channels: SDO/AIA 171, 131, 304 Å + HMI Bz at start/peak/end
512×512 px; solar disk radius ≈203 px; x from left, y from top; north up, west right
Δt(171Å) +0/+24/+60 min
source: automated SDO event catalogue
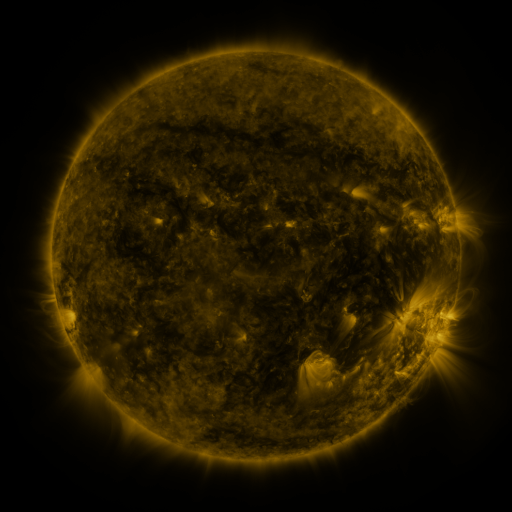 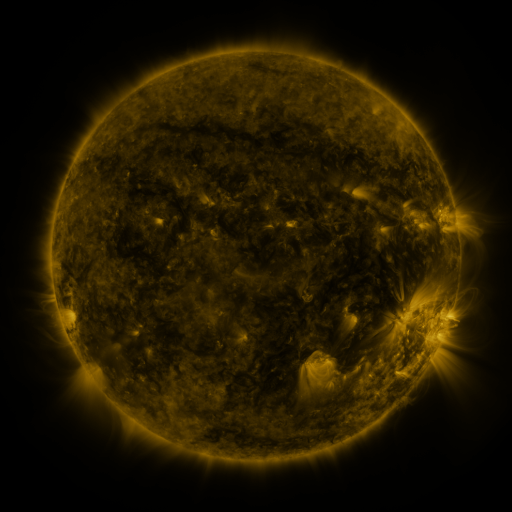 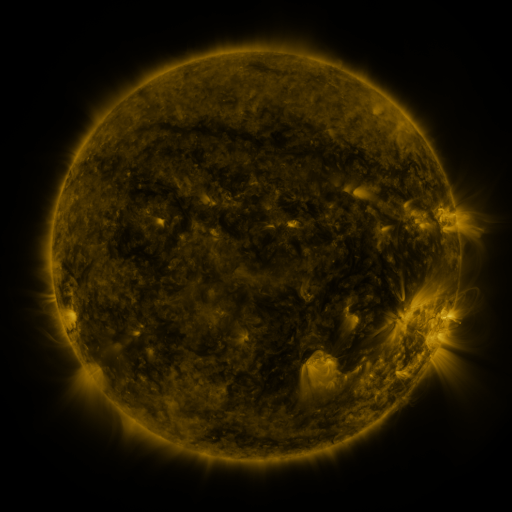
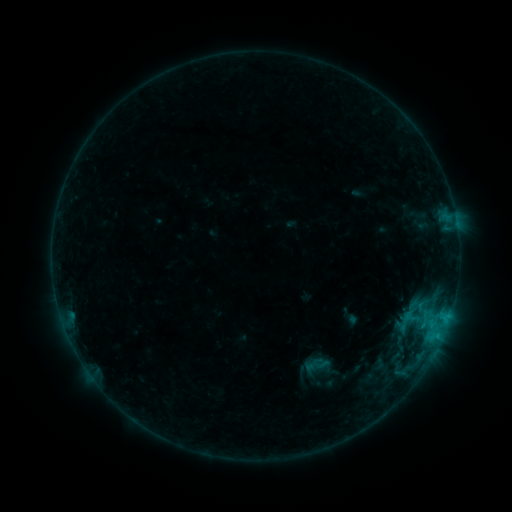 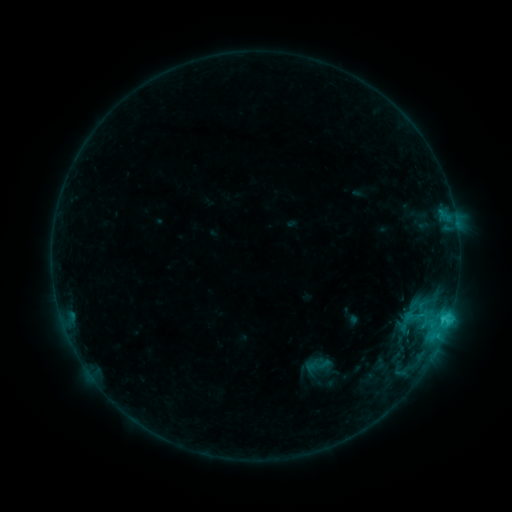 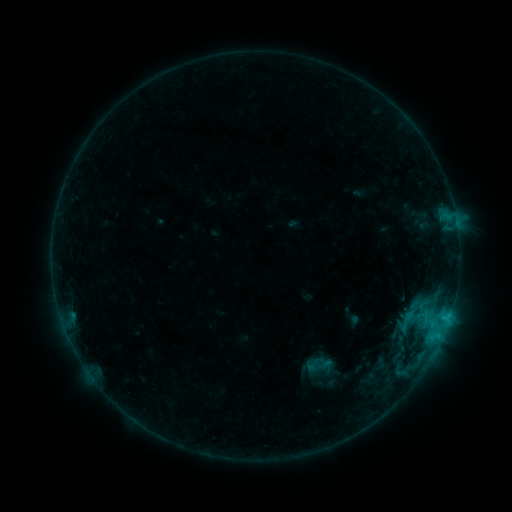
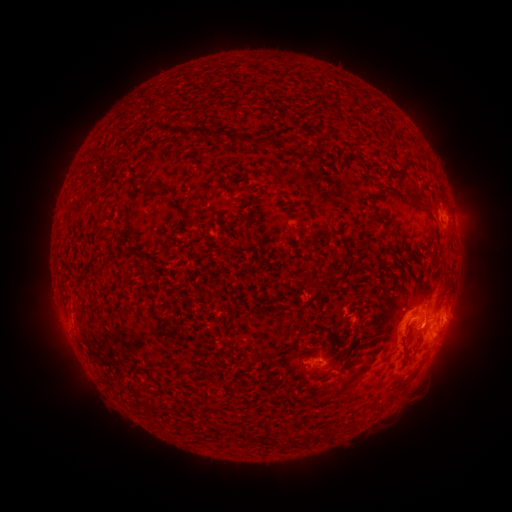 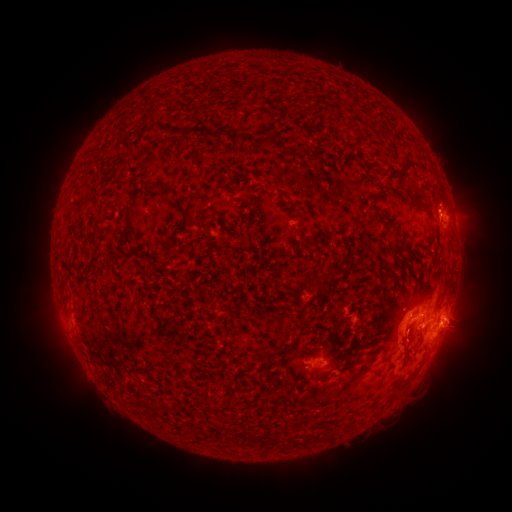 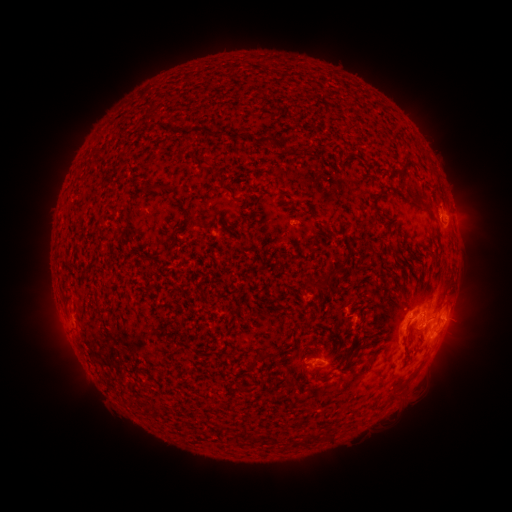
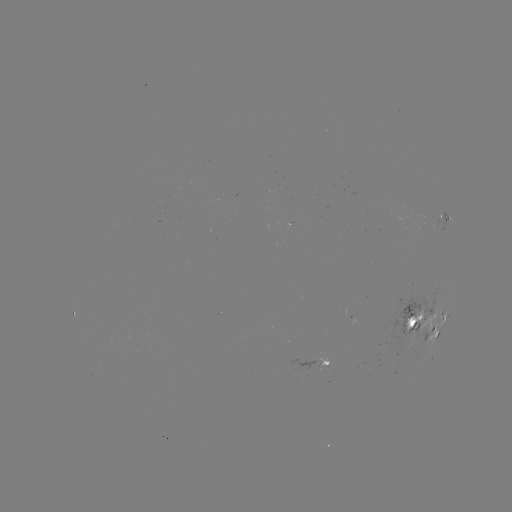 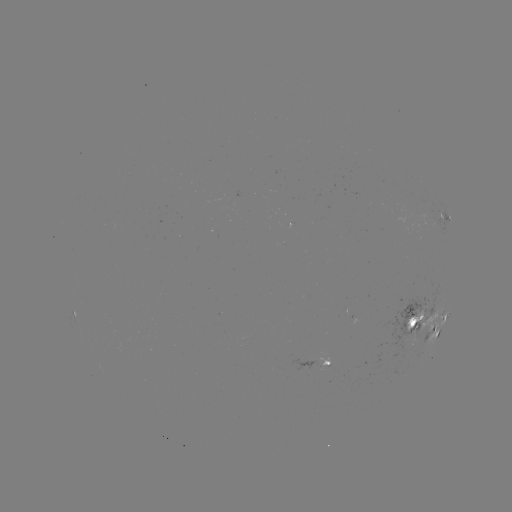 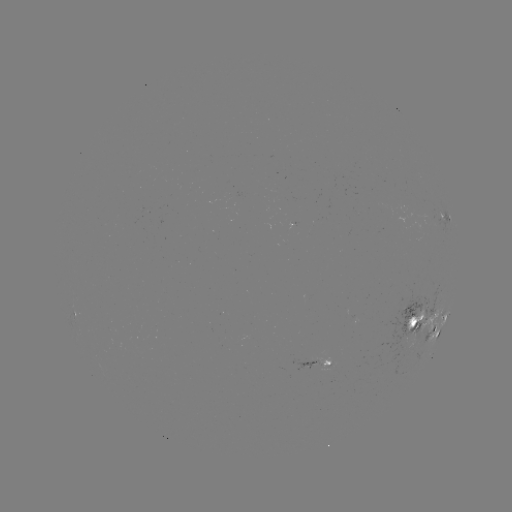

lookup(C1.8 flare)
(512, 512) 442,319